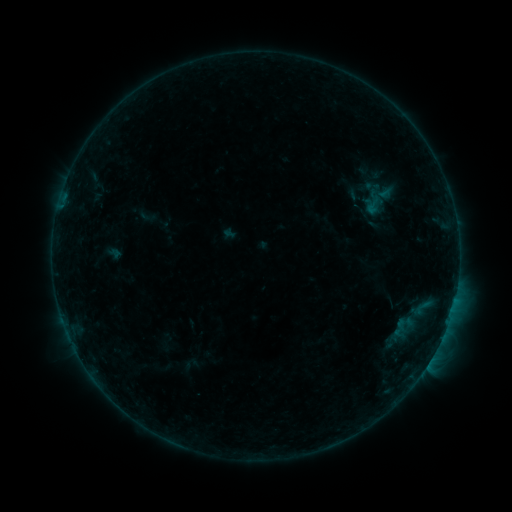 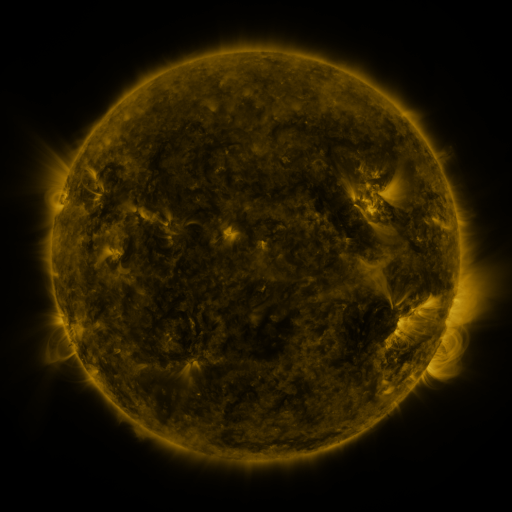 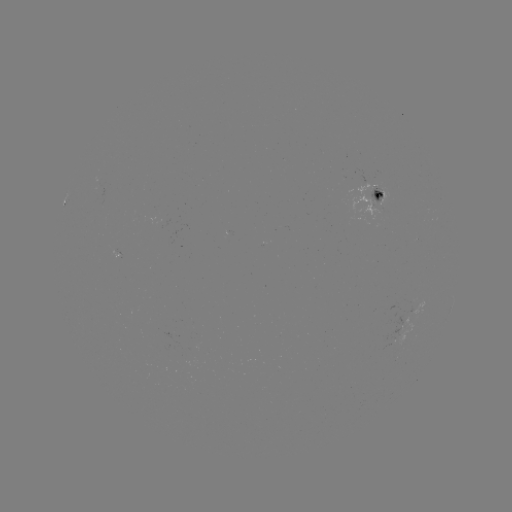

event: sigmoid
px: (373, 205)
